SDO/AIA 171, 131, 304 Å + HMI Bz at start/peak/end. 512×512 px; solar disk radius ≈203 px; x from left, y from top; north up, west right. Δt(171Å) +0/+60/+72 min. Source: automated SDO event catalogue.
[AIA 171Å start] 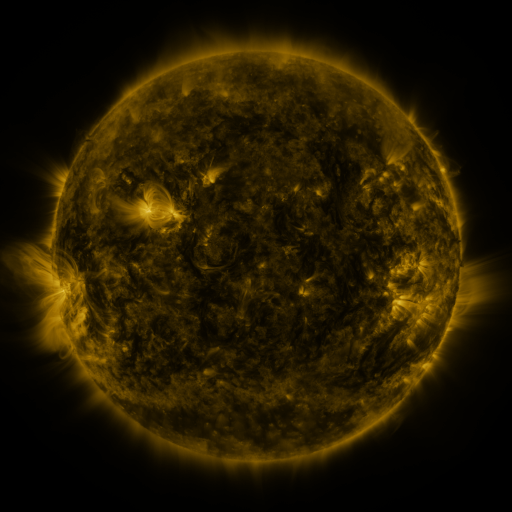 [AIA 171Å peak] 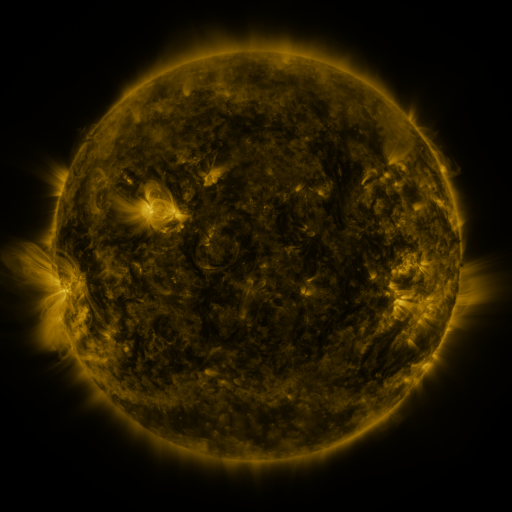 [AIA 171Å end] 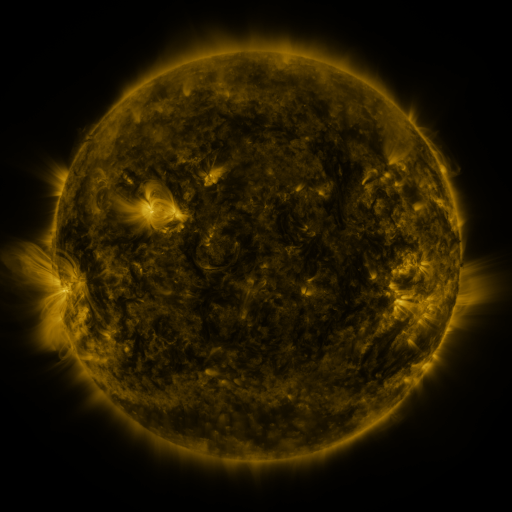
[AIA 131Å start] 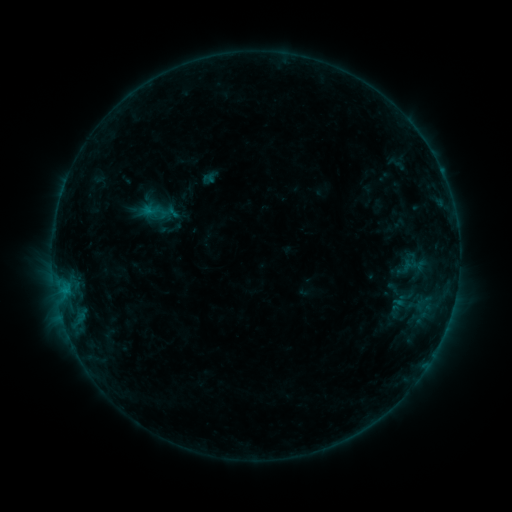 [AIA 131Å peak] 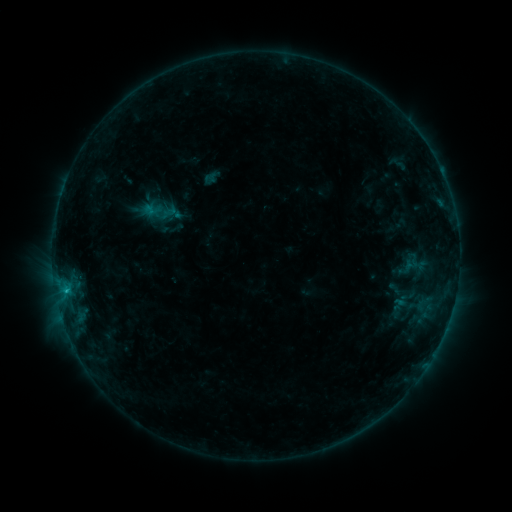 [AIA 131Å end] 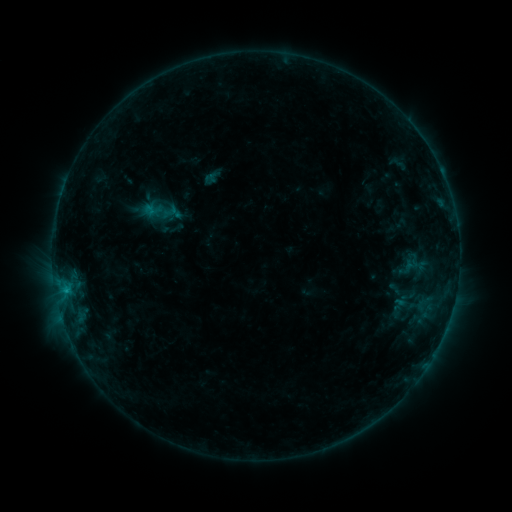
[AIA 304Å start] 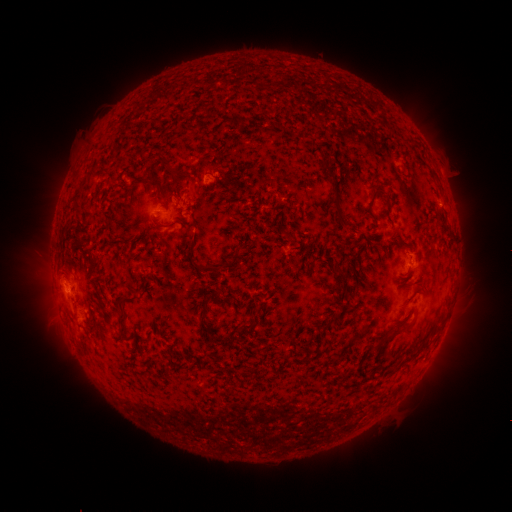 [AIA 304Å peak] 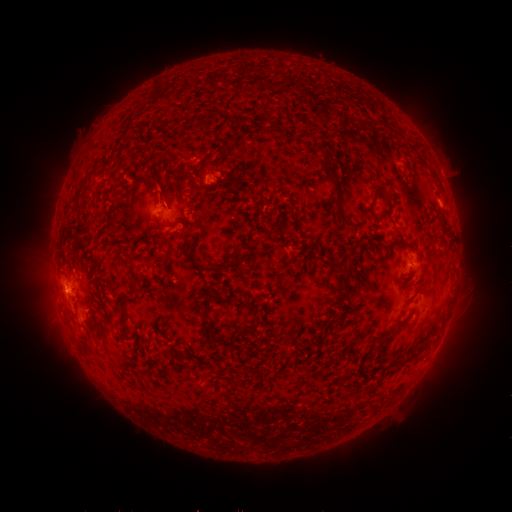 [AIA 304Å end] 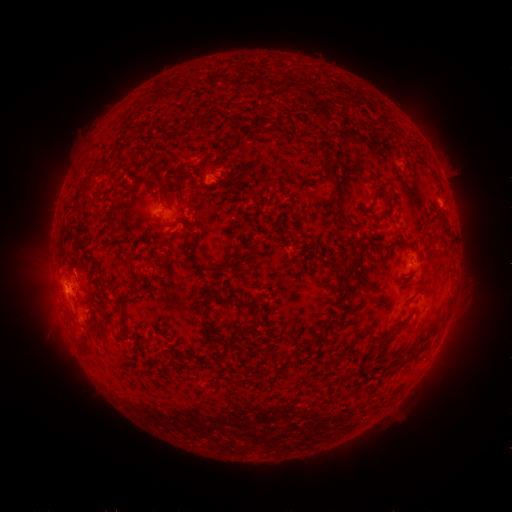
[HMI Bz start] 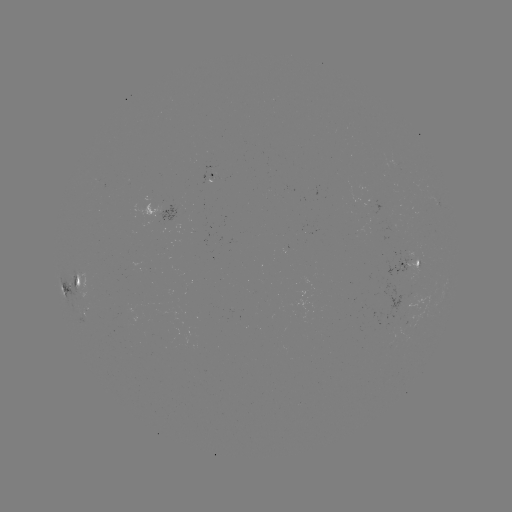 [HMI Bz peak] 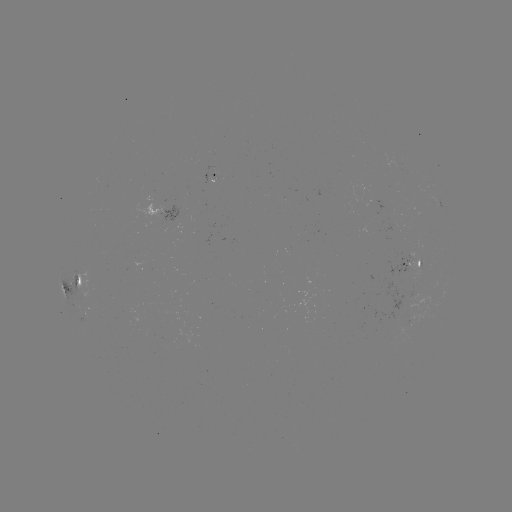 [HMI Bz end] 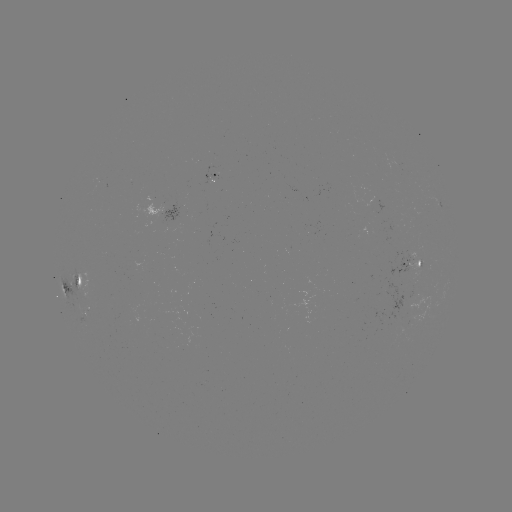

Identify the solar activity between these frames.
emerging-flux region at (402, 266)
